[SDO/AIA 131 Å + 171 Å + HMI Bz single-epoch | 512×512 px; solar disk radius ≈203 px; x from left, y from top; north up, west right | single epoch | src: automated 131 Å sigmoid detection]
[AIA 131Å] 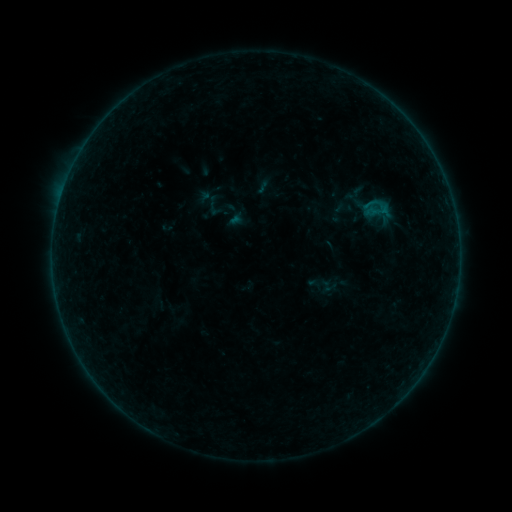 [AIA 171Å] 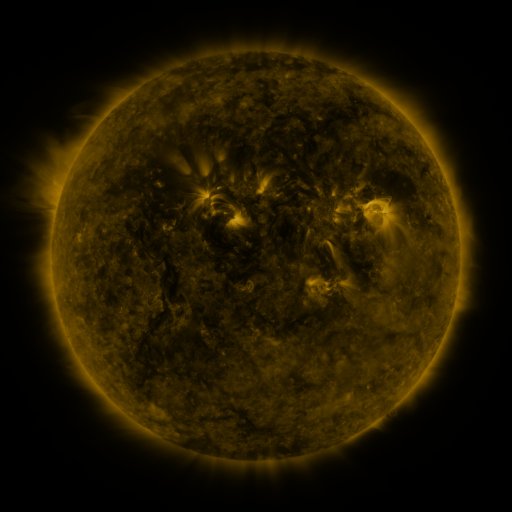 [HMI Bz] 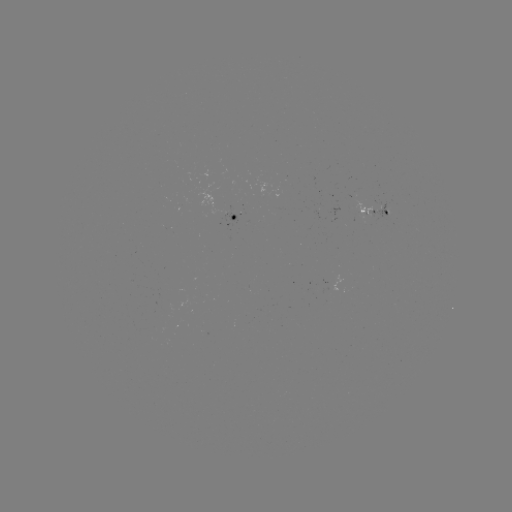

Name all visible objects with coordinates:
sigmoid: (235, 216)
